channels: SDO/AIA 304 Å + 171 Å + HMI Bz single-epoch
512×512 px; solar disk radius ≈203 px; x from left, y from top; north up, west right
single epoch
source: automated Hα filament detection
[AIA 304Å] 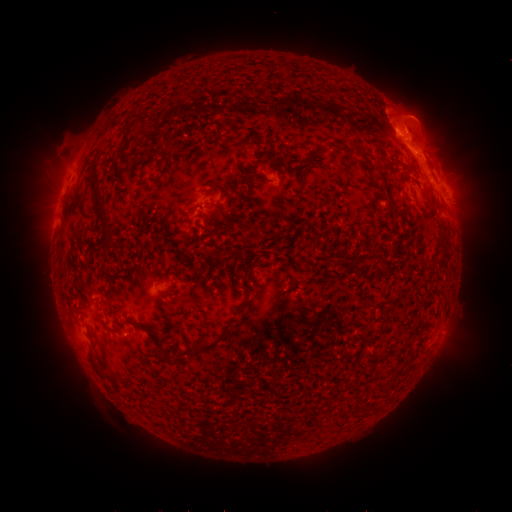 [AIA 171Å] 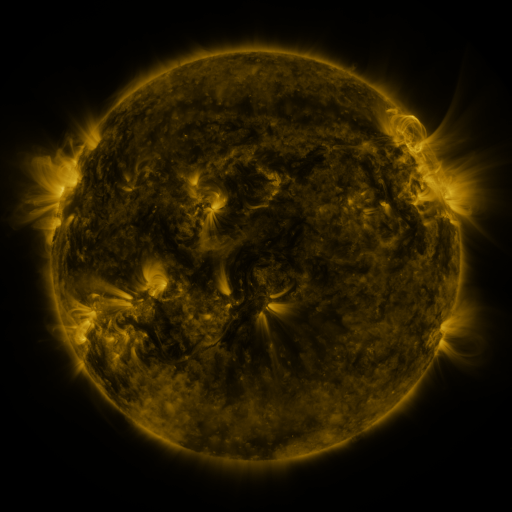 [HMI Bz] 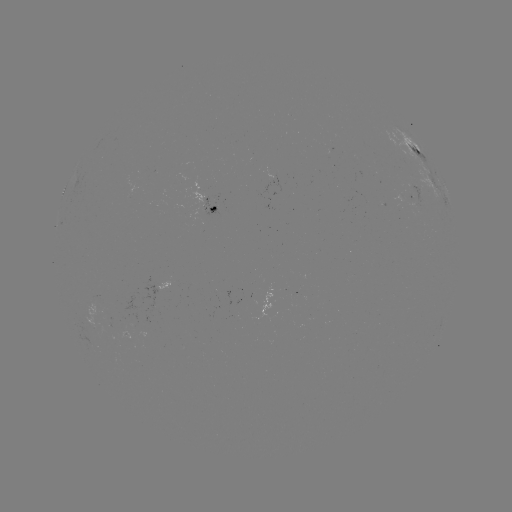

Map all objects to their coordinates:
filament: [217, 119, 225, 134]
filament: [326, 142, 334, 152]
filament: [375, 176, 385, 184]
filament: [89, 178, 114, 229]
filament: [208, 205, 218, 213]
filament: [245, 271, 253, 282]
filament: [95, 293, 105, 305]
filament: [189, 326, 228, 358]
